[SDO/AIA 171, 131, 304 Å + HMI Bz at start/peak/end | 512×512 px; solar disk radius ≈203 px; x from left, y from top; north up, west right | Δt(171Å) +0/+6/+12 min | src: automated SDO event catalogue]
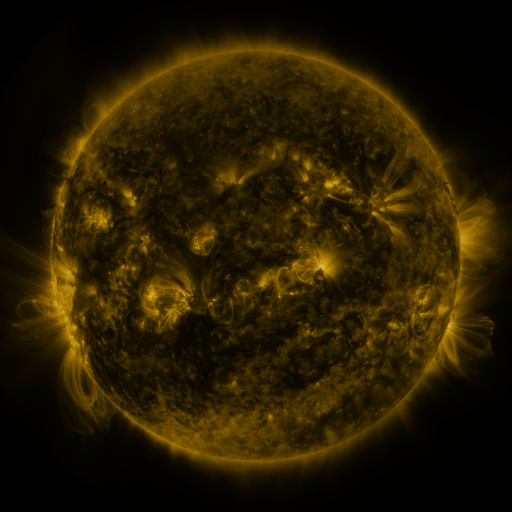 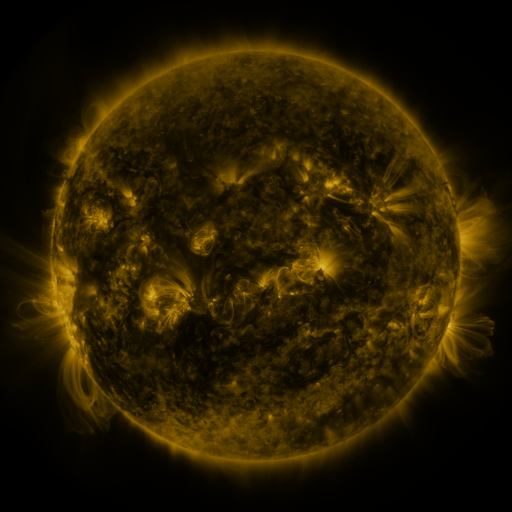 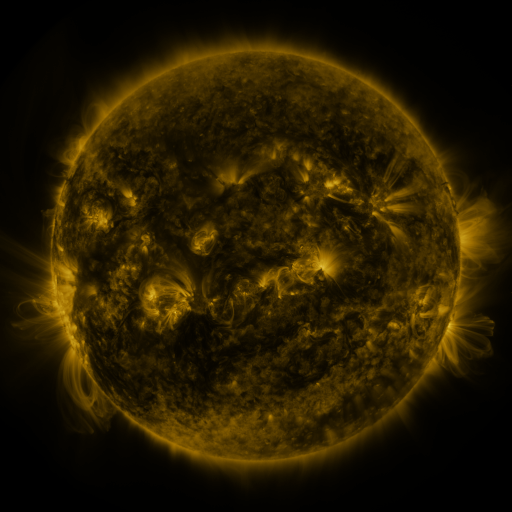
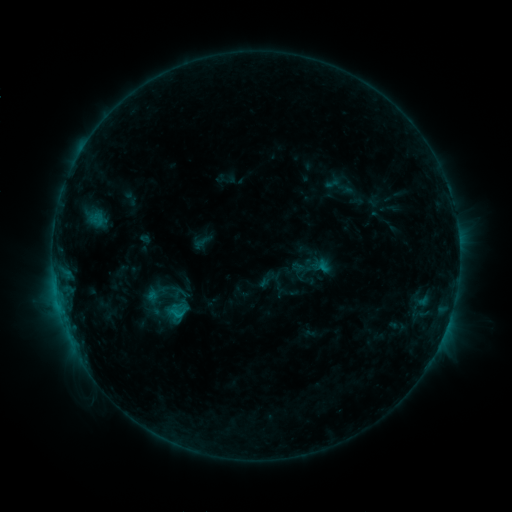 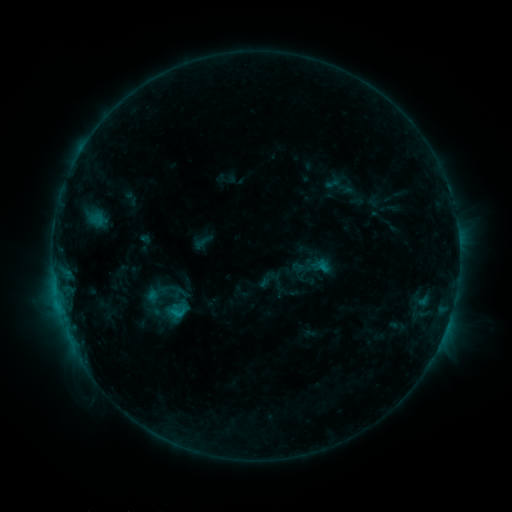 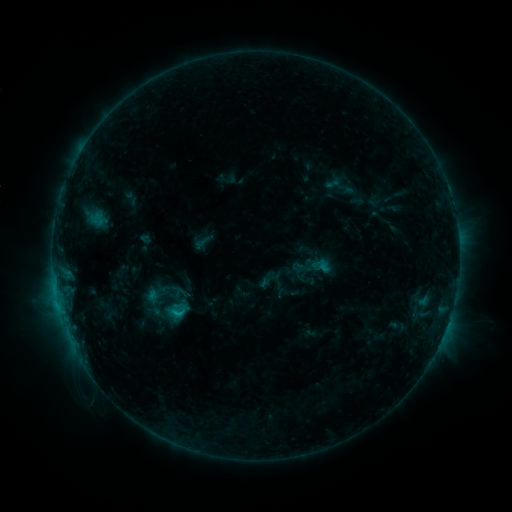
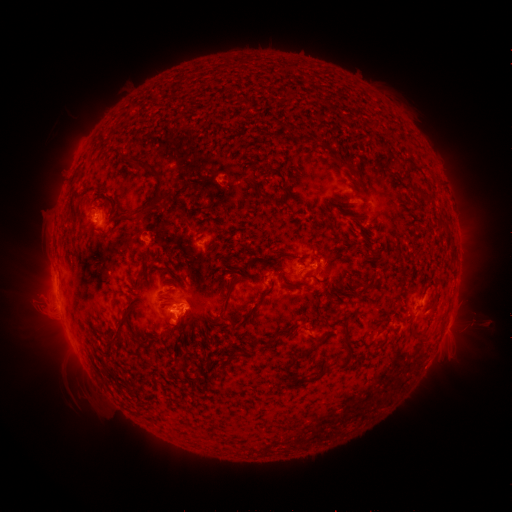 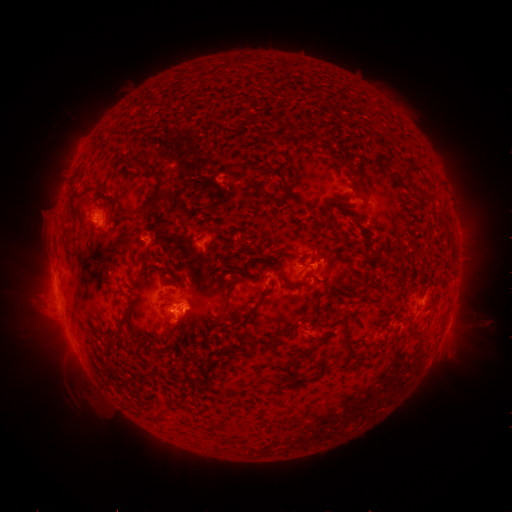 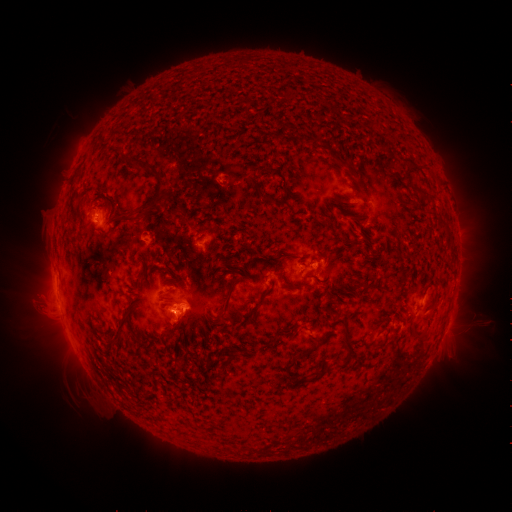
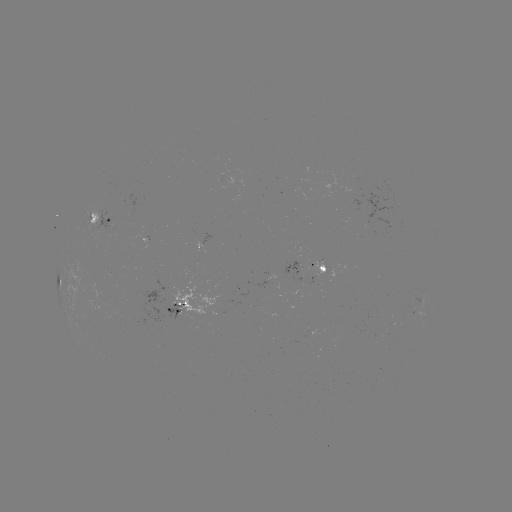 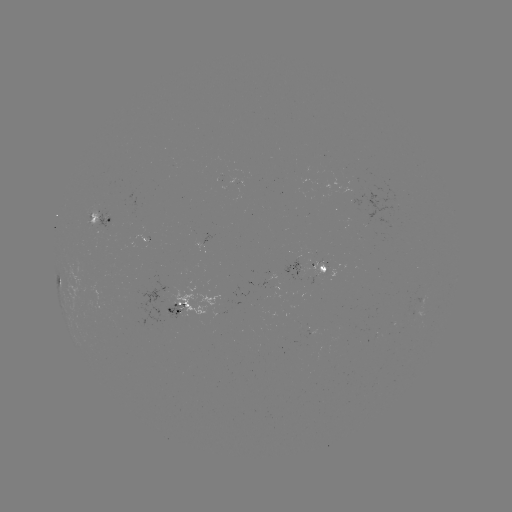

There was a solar flare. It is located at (179, 311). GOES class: C1.3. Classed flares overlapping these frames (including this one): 1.